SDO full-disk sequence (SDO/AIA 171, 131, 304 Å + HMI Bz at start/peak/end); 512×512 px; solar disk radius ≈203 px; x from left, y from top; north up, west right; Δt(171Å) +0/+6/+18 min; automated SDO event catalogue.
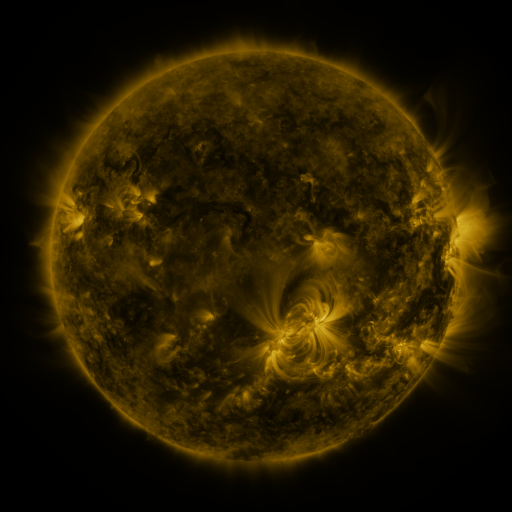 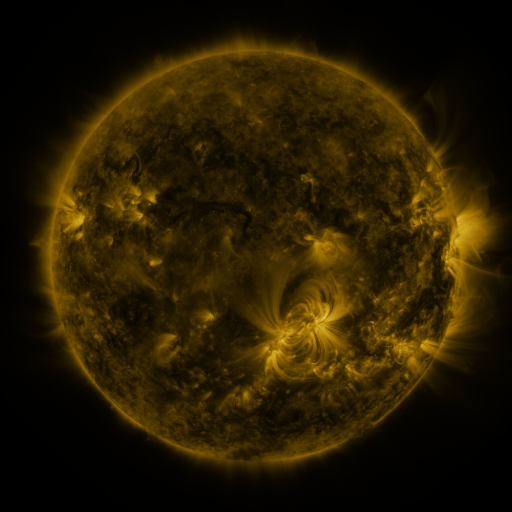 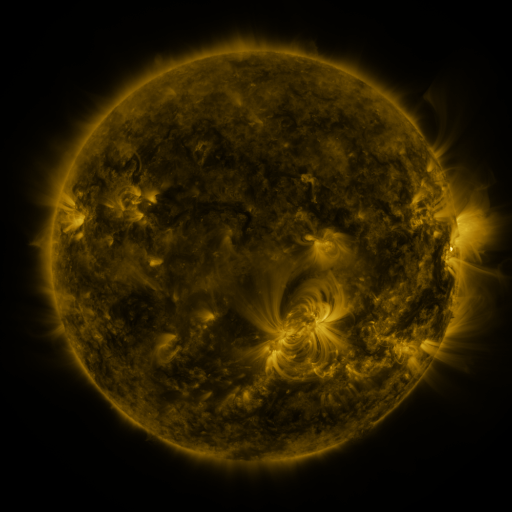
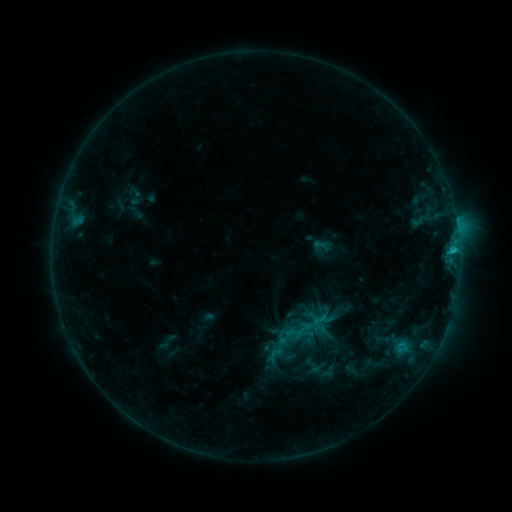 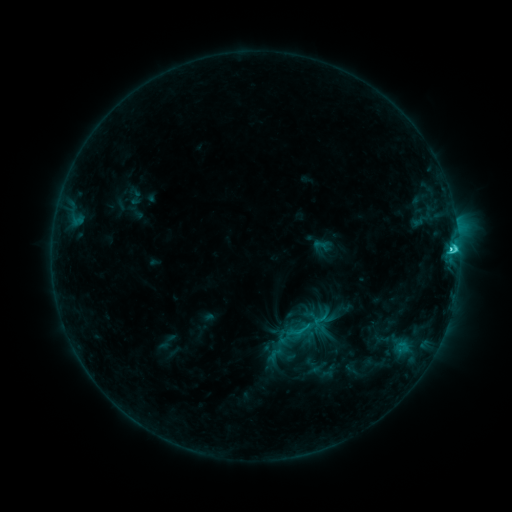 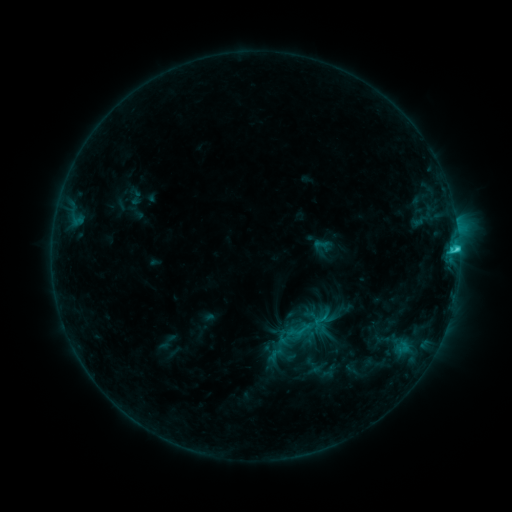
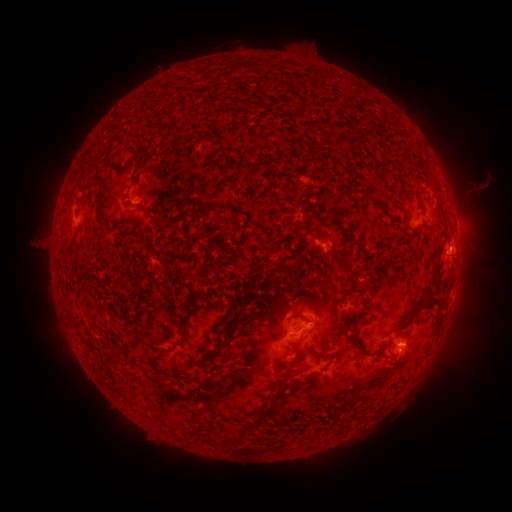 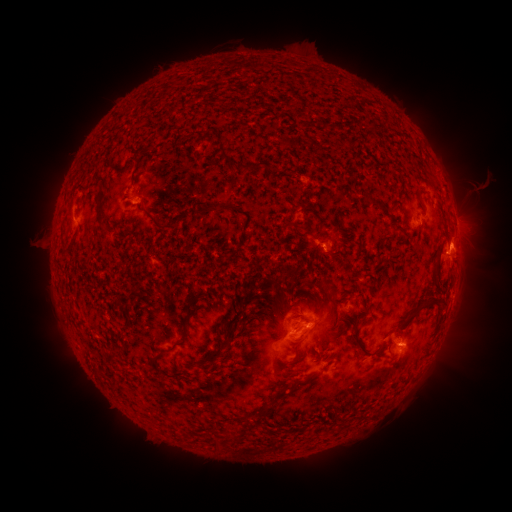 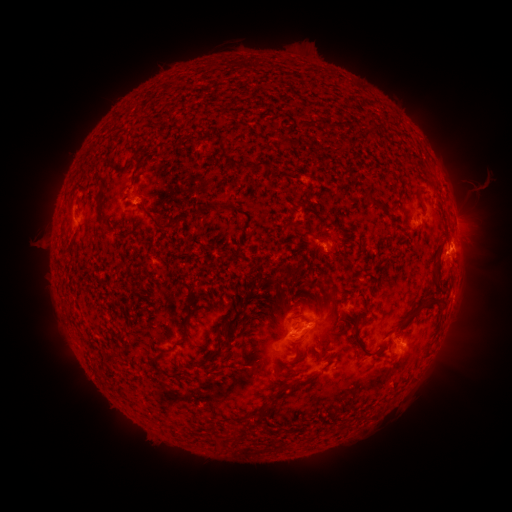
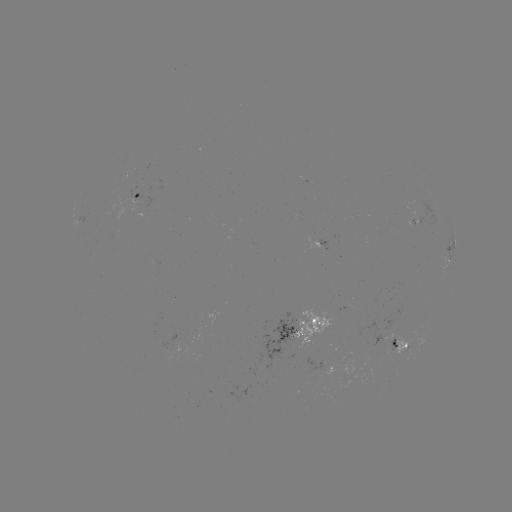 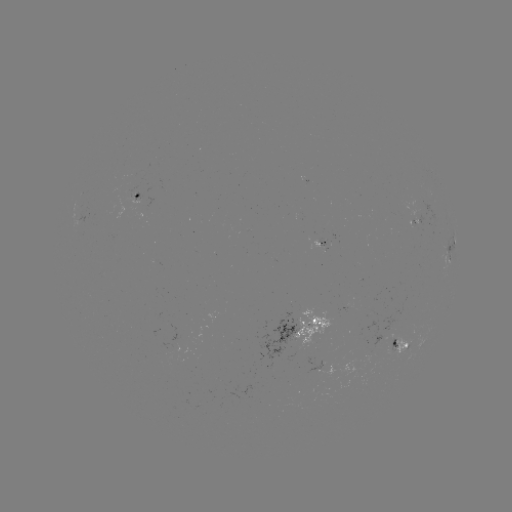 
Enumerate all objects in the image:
C3.7 flare: (451, 252)
